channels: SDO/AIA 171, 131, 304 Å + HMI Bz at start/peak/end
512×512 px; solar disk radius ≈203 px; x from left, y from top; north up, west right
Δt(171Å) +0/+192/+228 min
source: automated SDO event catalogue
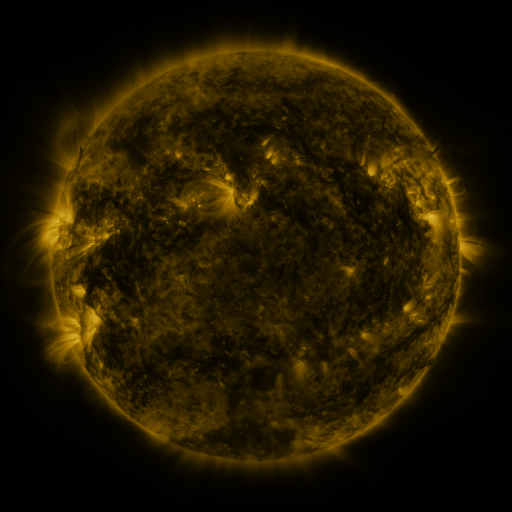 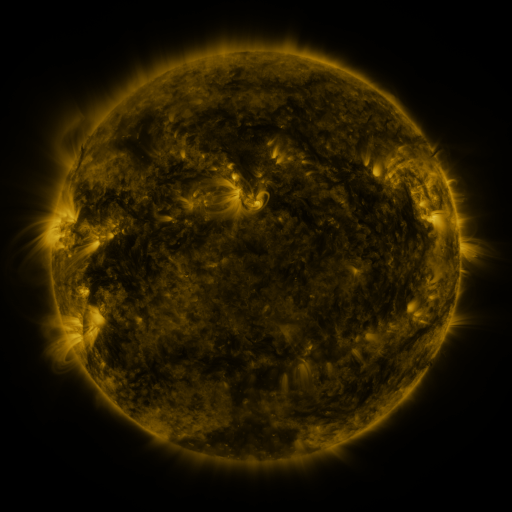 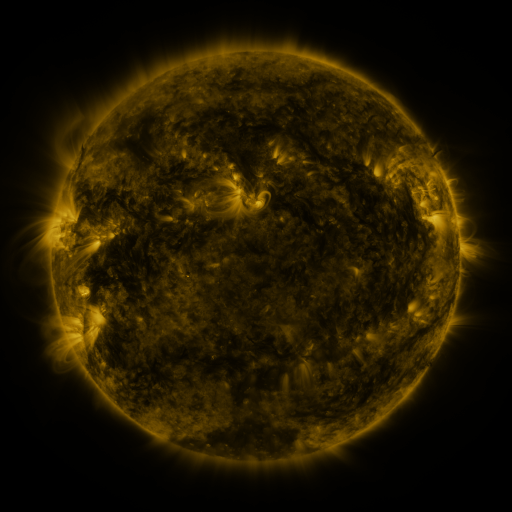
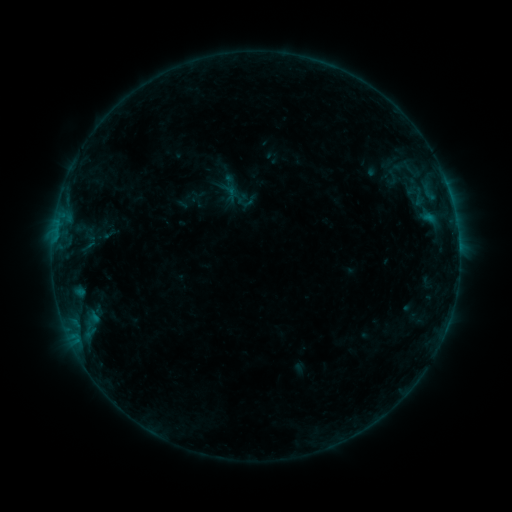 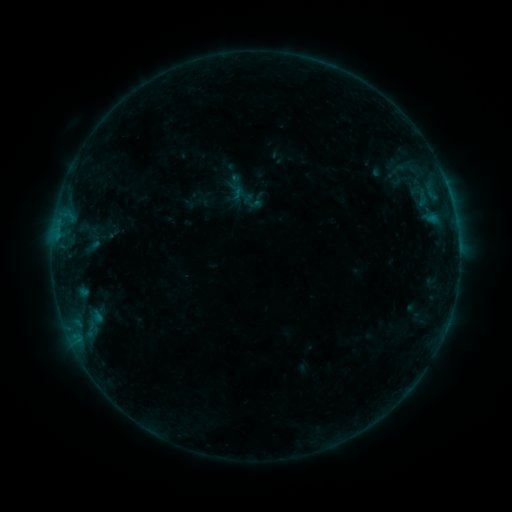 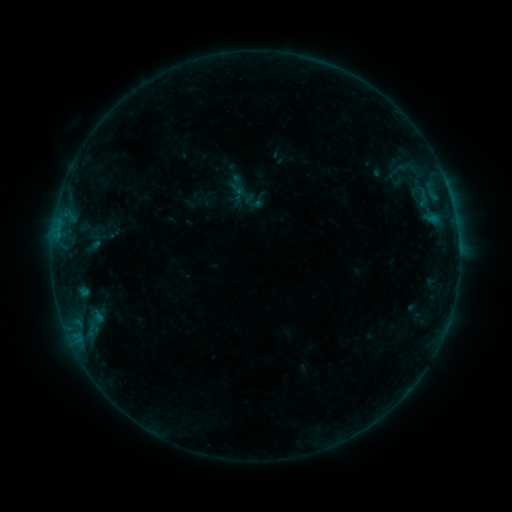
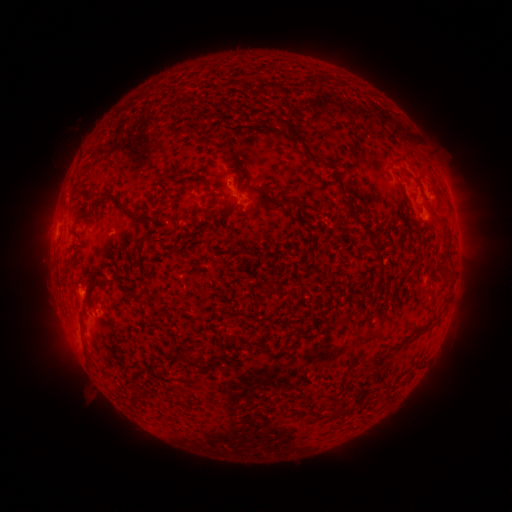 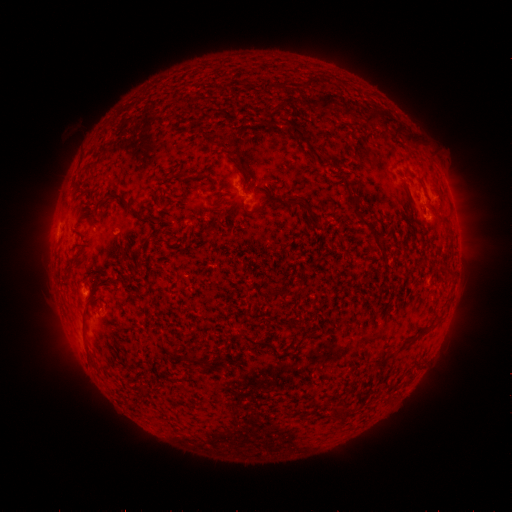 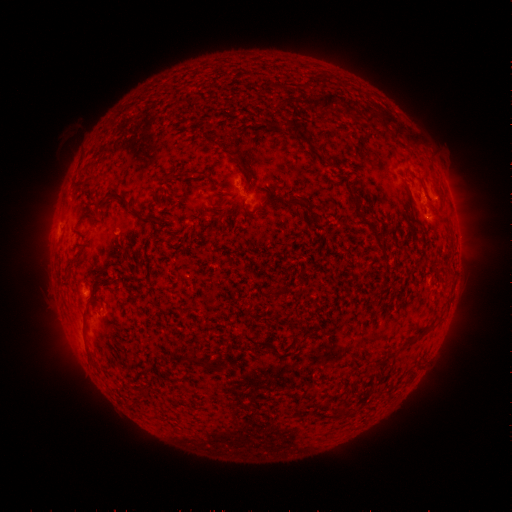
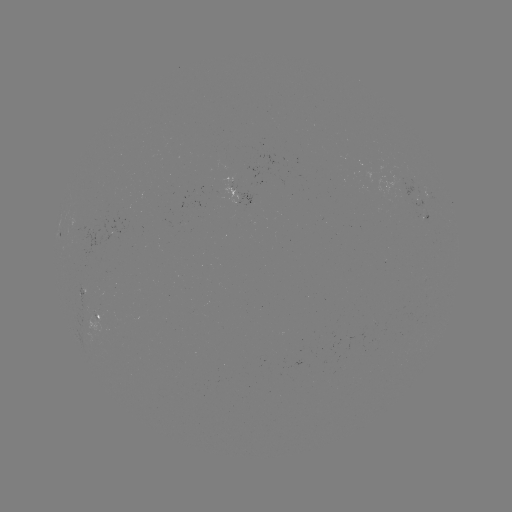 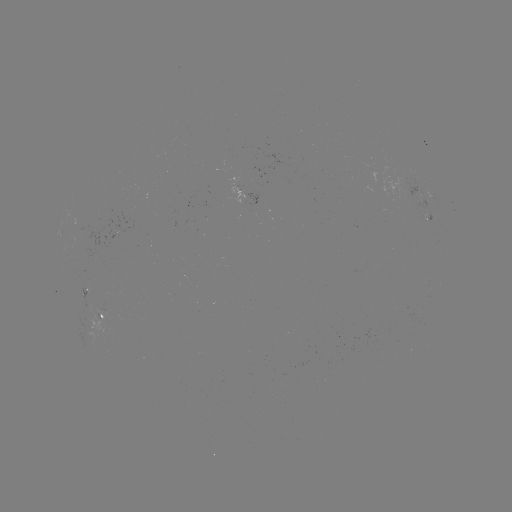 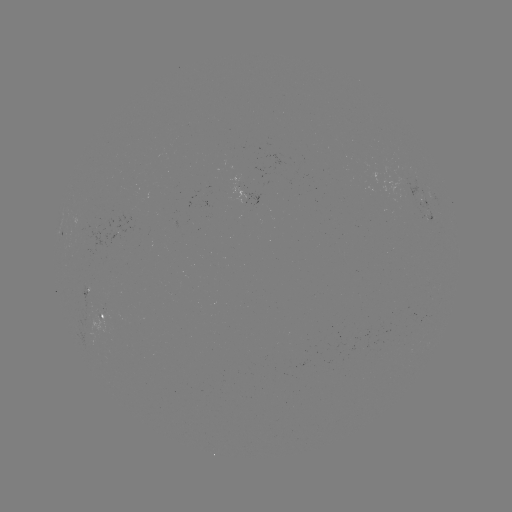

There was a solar emerging-flux region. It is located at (101, 316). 